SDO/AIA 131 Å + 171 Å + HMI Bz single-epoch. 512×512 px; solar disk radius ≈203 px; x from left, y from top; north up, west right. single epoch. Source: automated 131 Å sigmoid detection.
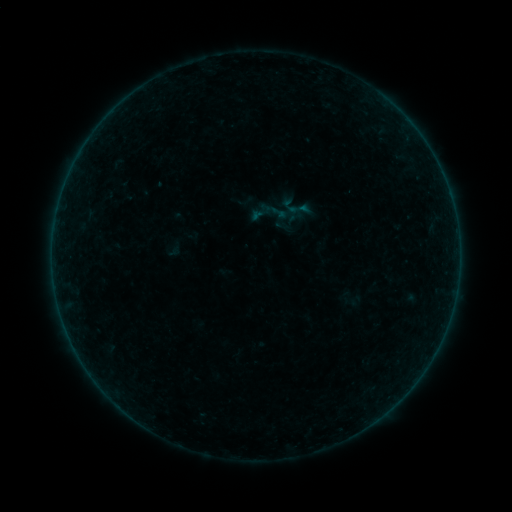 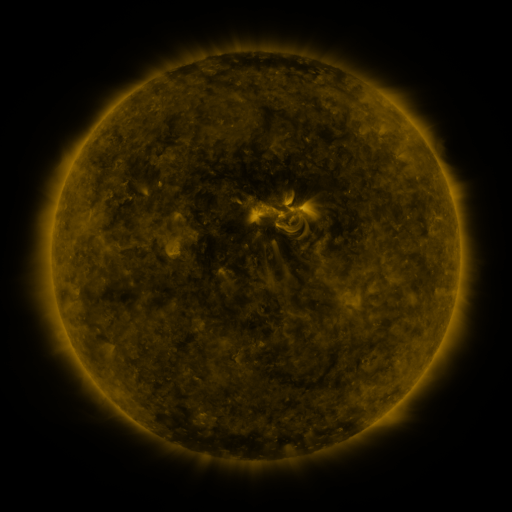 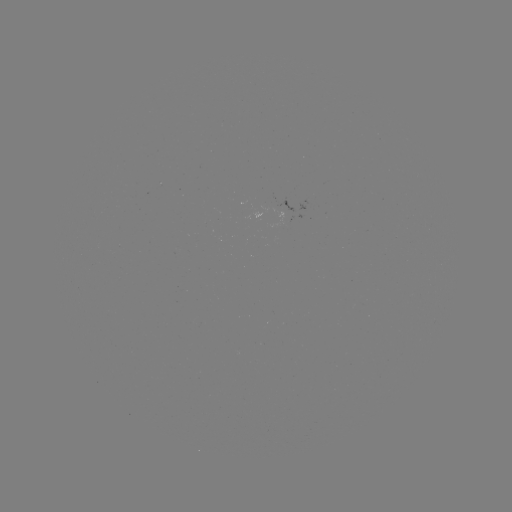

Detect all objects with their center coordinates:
sigmoid: (296, 207)
sigmoid: (279, 212)
